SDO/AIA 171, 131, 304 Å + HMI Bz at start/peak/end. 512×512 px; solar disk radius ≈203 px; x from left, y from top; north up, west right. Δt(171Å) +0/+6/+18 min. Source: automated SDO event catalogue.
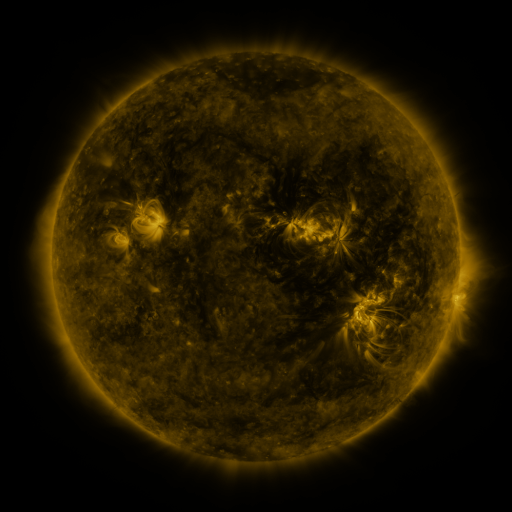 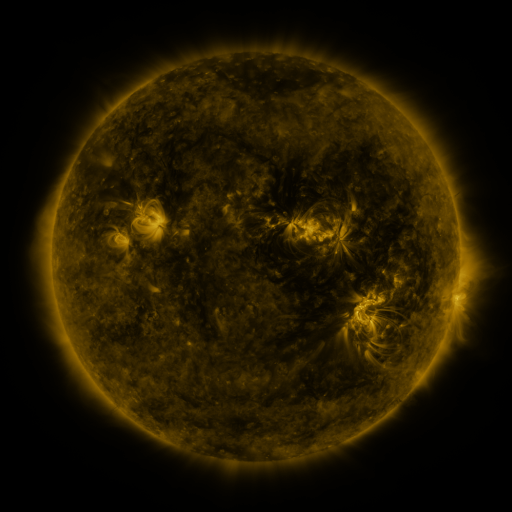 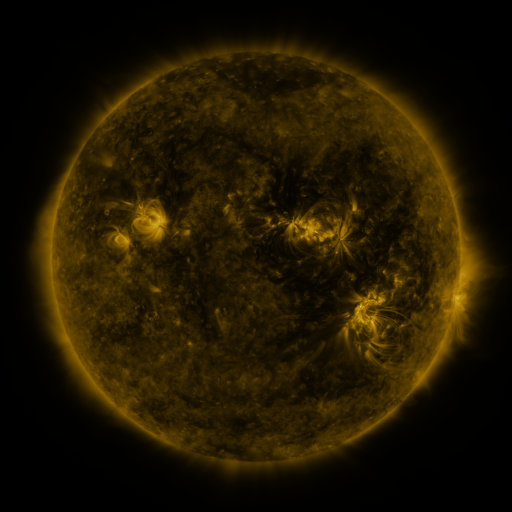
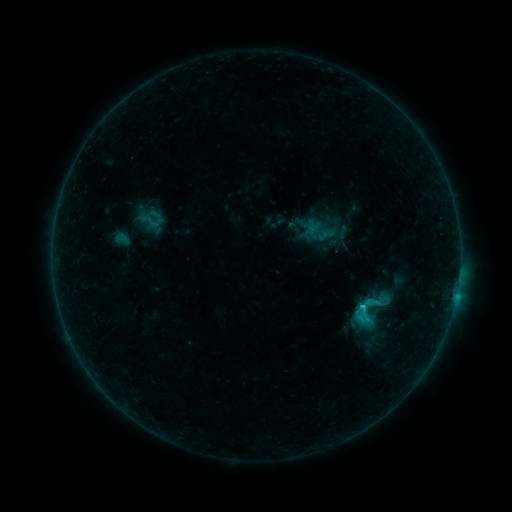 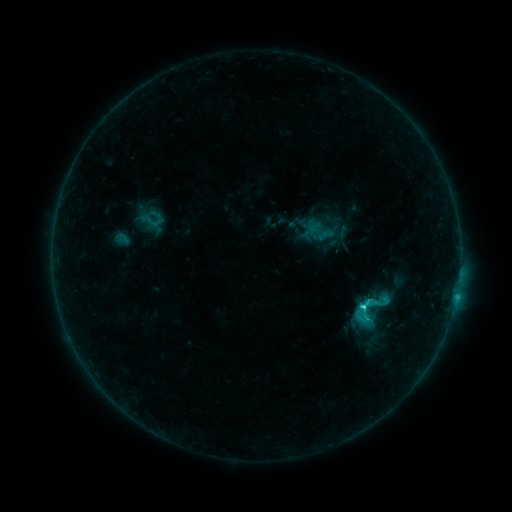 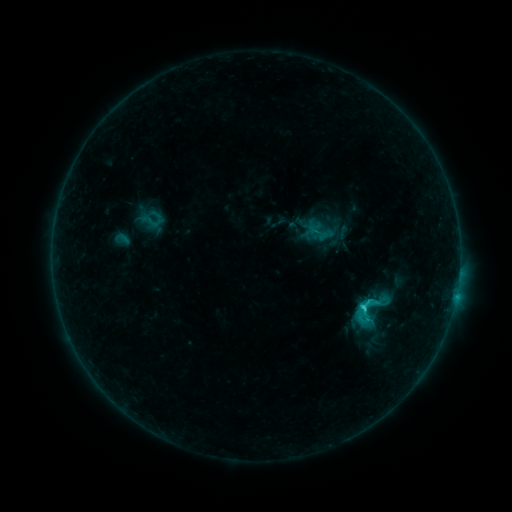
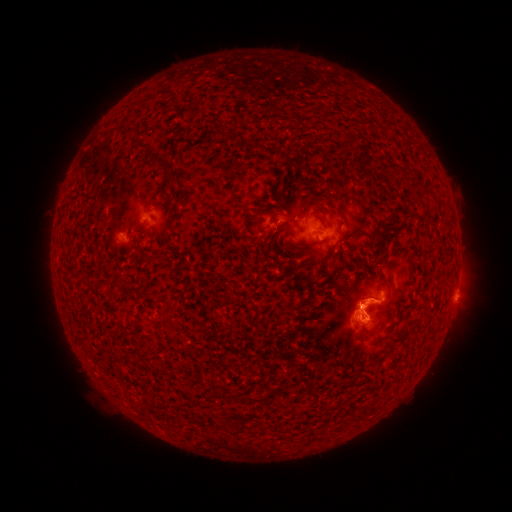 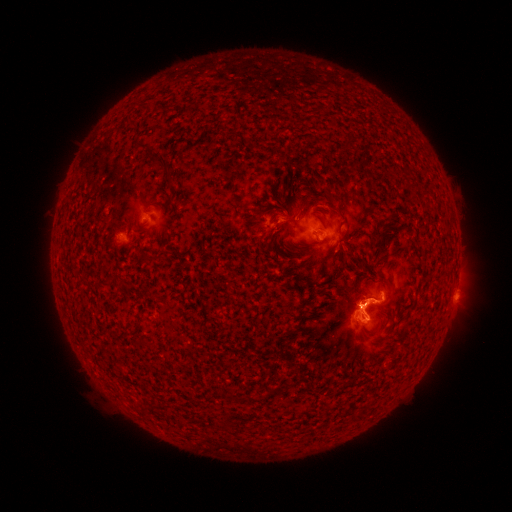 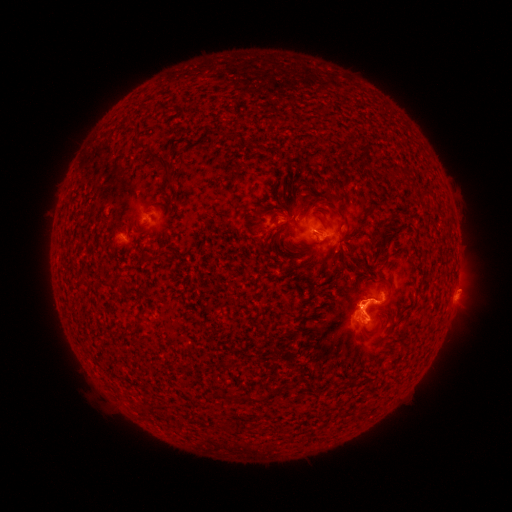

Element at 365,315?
C2.7 flare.